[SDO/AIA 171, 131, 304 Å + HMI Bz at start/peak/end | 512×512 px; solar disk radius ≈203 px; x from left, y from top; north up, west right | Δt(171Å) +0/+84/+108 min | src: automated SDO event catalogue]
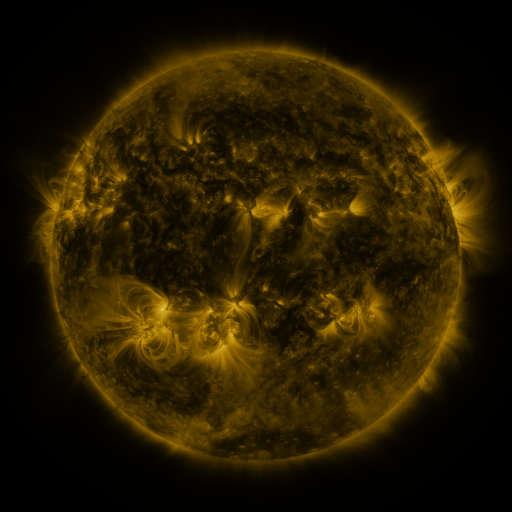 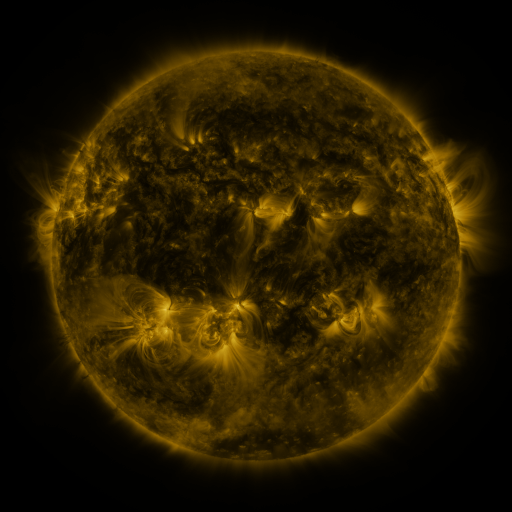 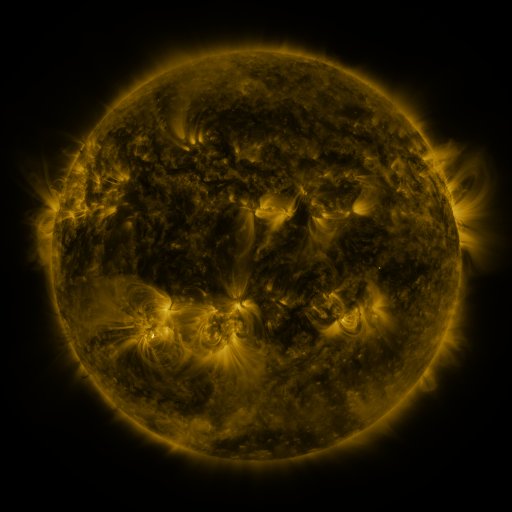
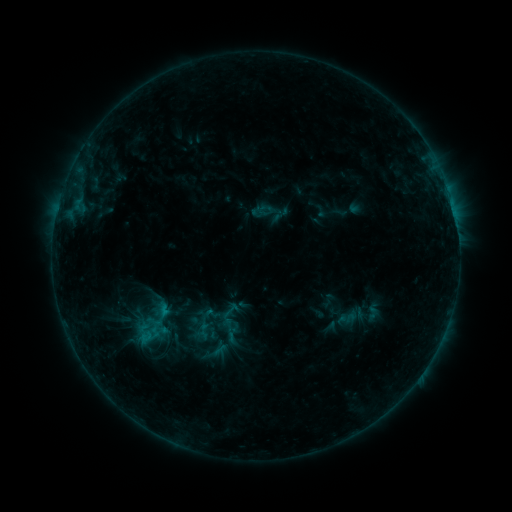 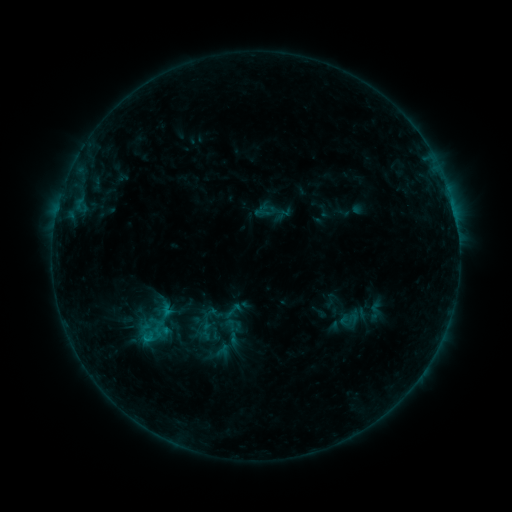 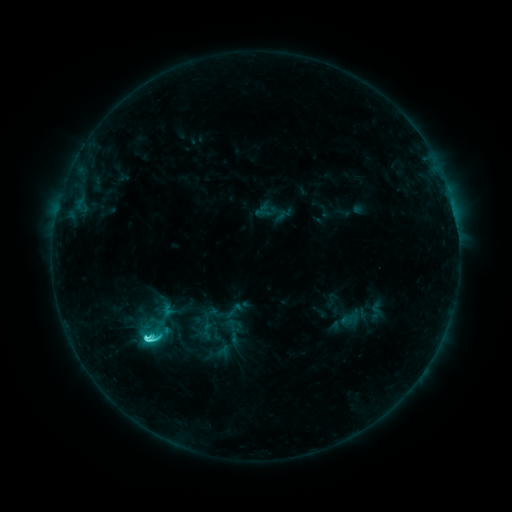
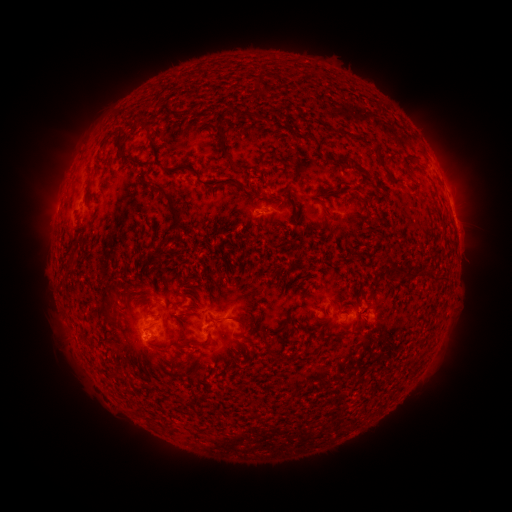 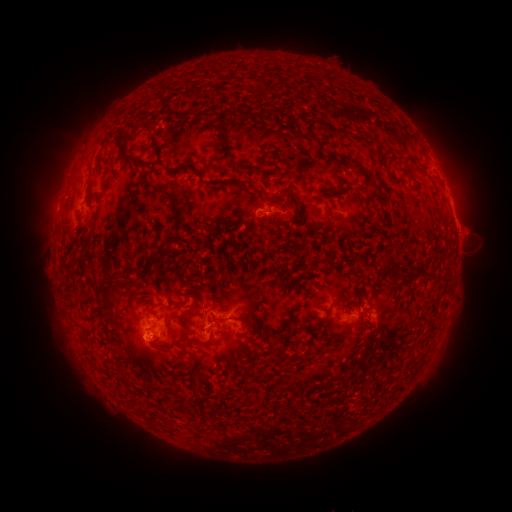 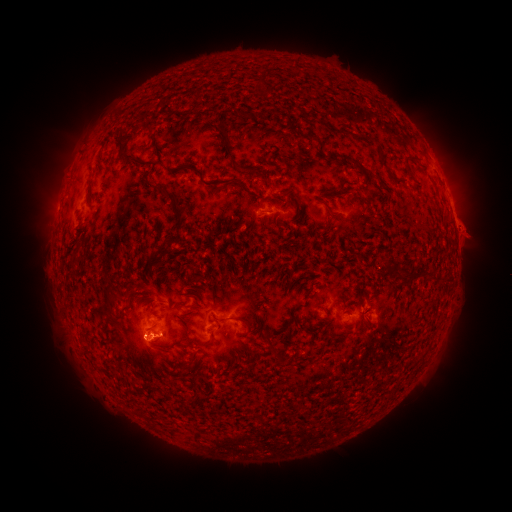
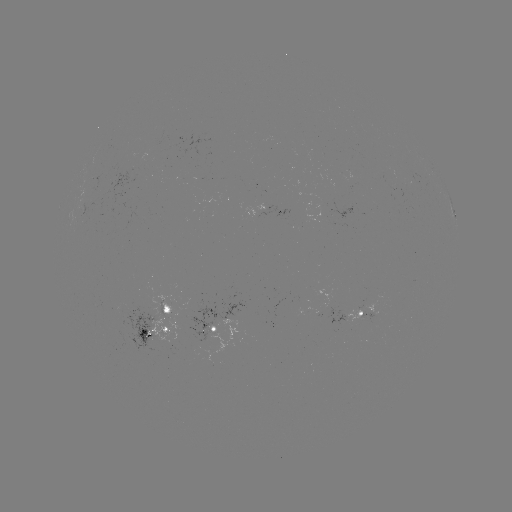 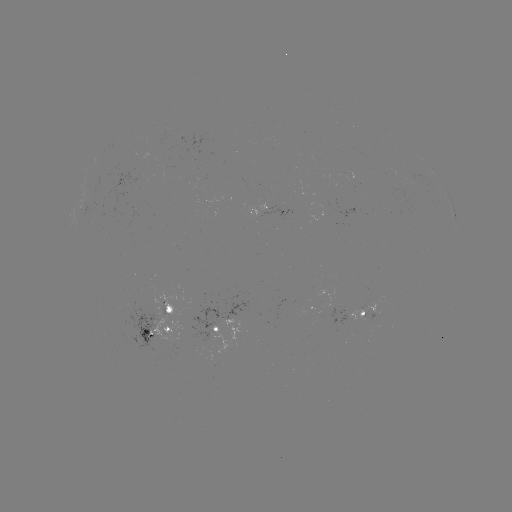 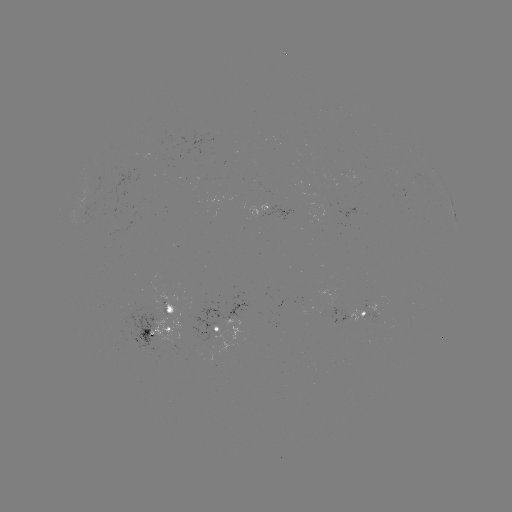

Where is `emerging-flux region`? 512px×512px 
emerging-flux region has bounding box [341, 171, 357, 189].